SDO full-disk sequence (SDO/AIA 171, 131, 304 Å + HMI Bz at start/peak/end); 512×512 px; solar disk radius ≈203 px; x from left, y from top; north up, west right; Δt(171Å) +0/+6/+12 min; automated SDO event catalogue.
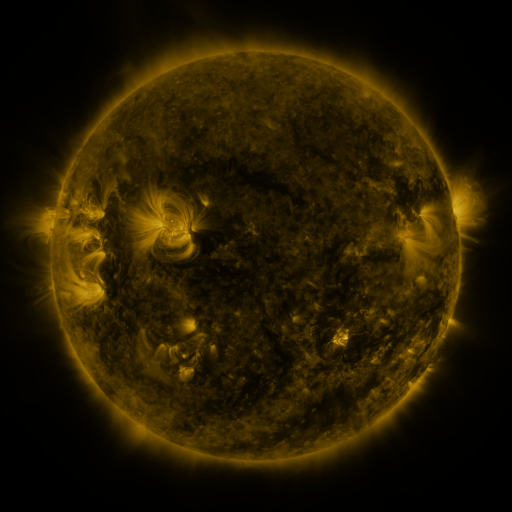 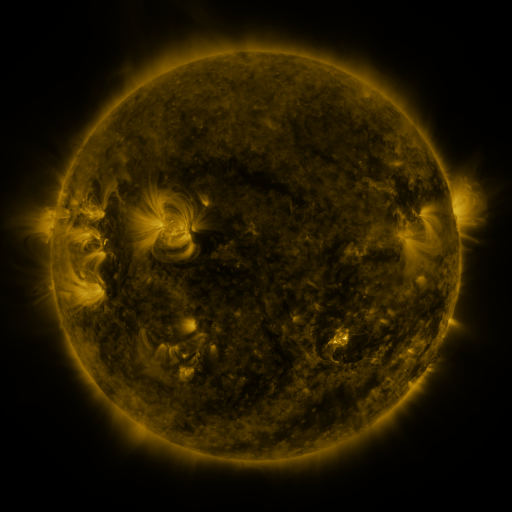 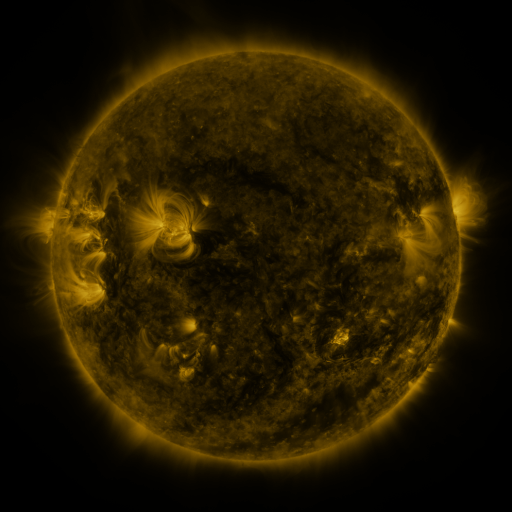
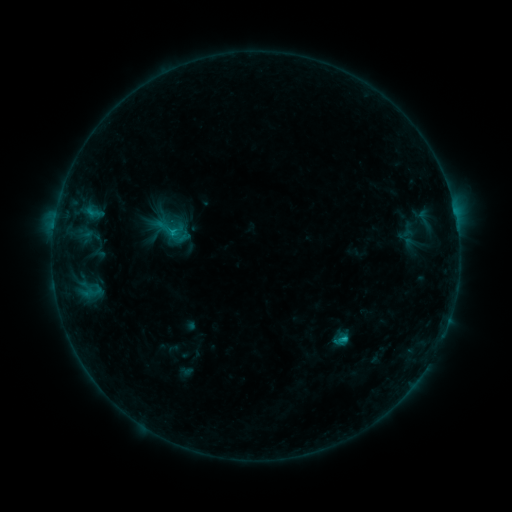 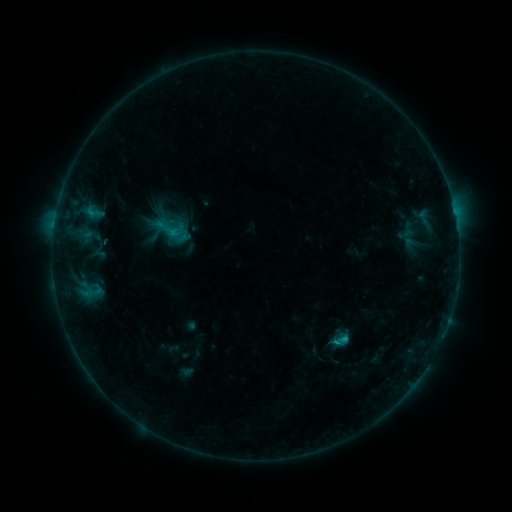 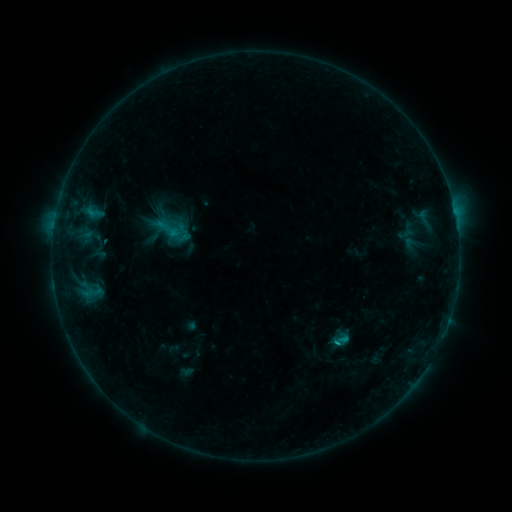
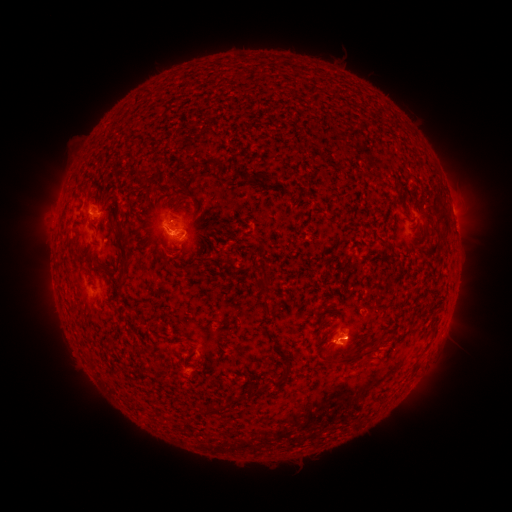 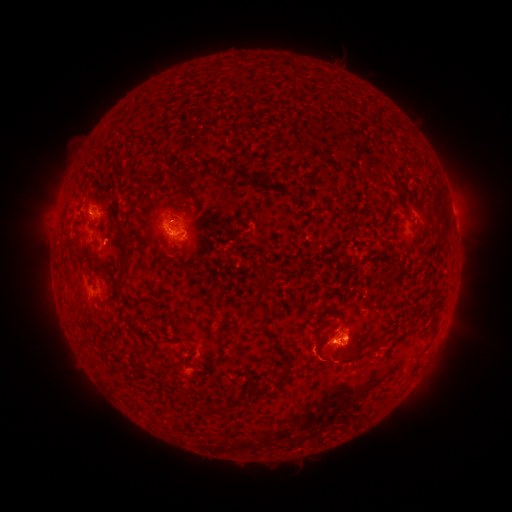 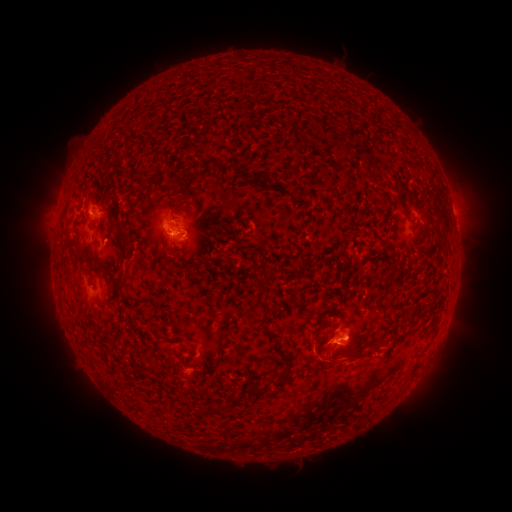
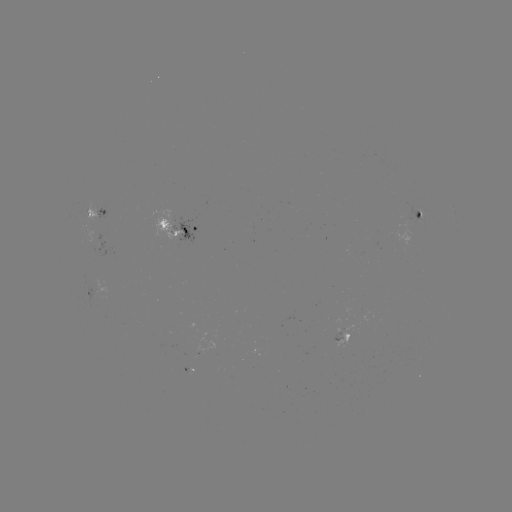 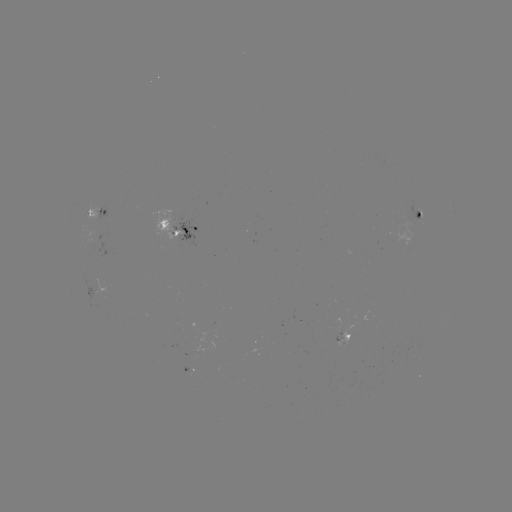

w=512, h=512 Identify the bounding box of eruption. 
[296, 320, 379, 388].